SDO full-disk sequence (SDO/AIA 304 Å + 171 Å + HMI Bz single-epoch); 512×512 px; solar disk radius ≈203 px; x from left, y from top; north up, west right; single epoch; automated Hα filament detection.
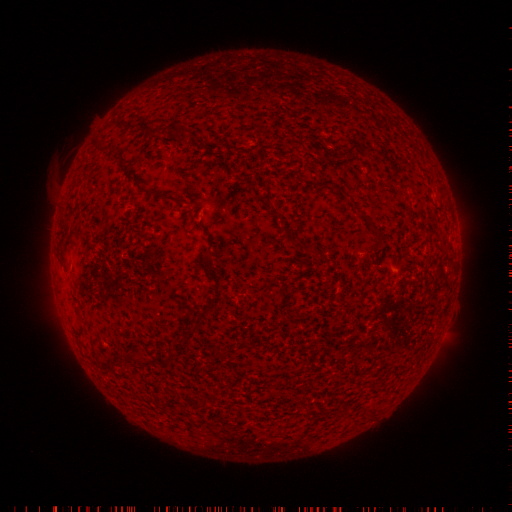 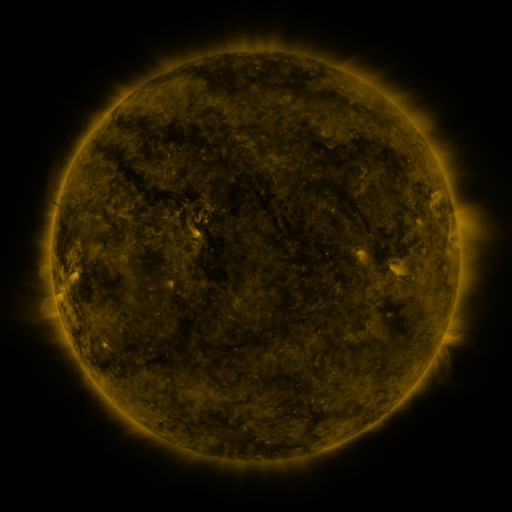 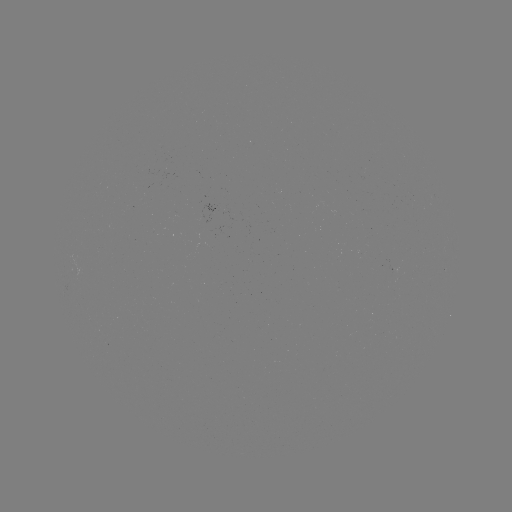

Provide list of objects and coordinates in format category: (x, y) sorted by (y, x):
filament: (184, 129)
filament: (351, 155)
filament: (152, 192)
filament: (276, 213)
filament: (366, 219)
filament: (285, 228)
filament: (298, 245)
filament: (206, 259)
filament: (216, 288)
filament: (206, 307)
filament: (126, 354)
filament: (369, 413)
